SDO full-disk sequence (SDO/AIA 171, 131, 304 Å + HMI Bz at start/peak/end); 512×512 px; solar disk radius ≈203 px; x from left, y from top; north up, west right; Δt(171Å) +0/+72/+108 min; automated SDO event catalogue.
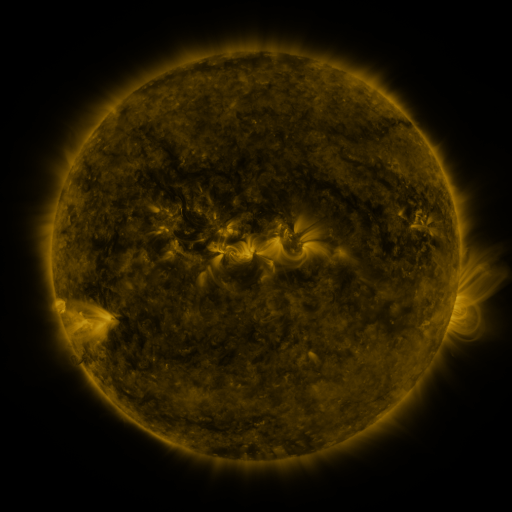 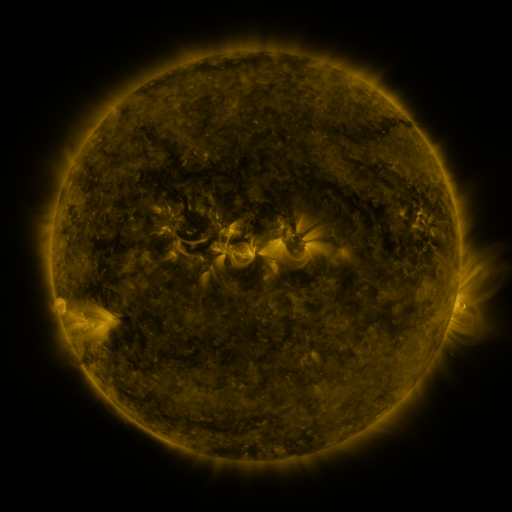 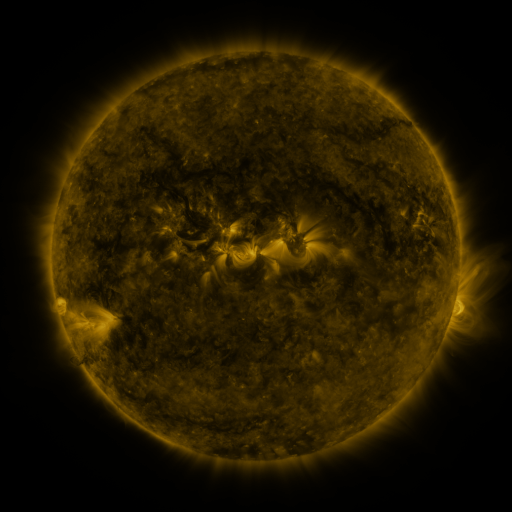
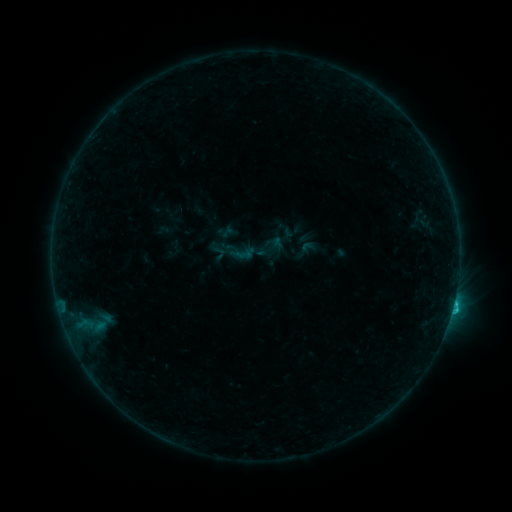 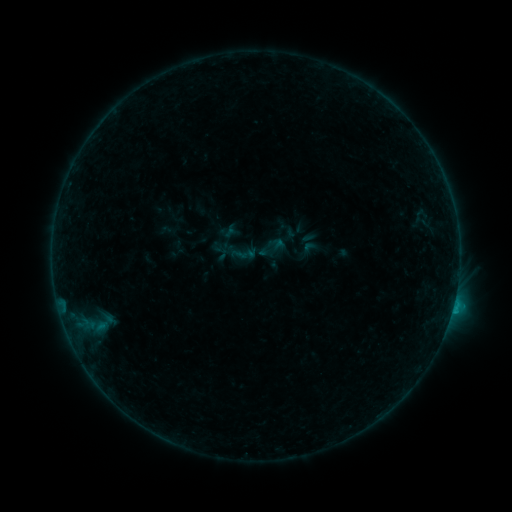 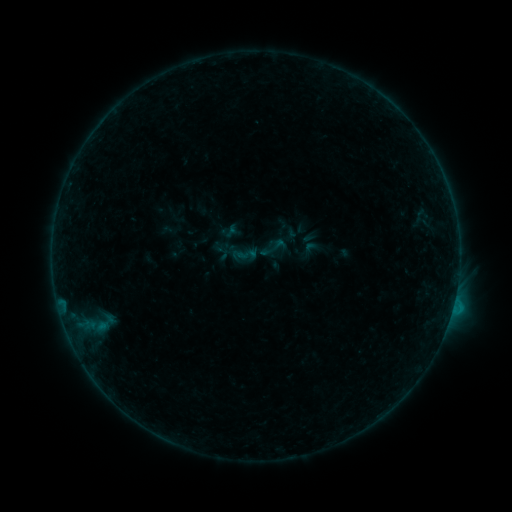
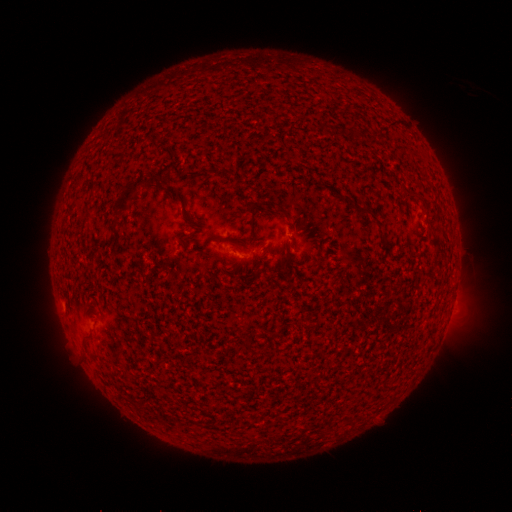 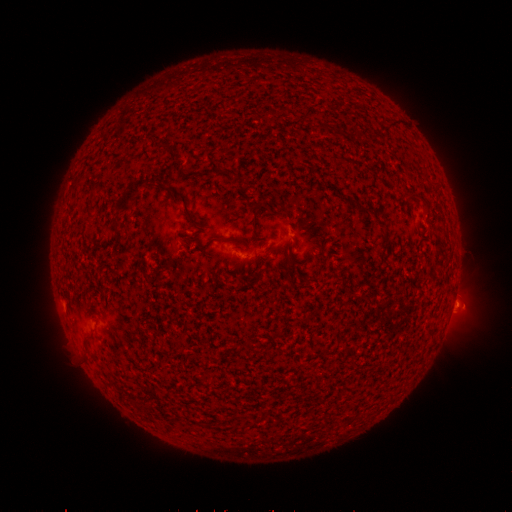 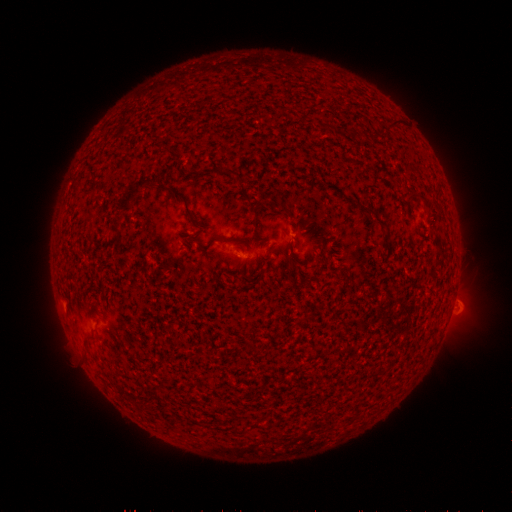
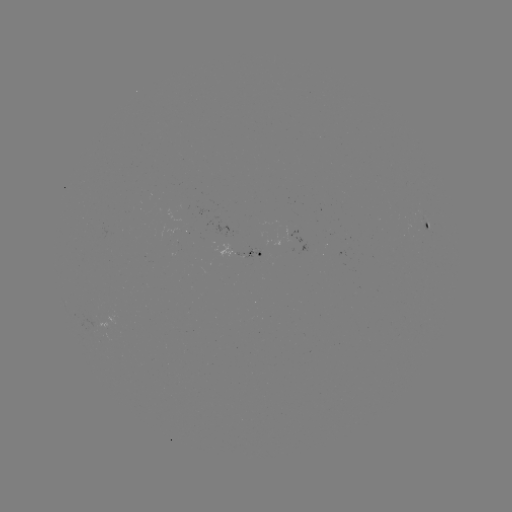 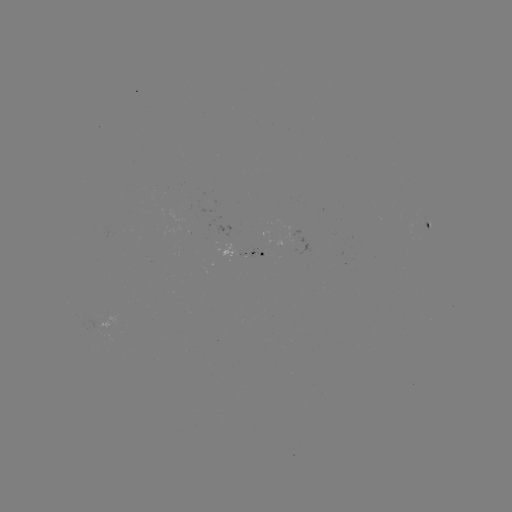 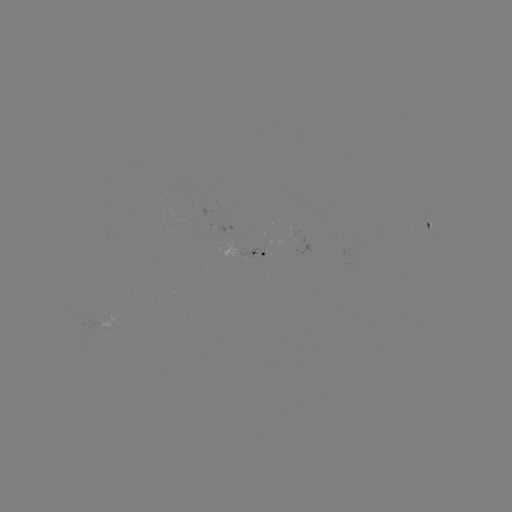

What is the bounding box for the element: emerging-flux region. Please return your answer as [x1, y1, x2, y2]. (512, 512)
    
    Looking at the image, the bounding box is [275, 225, 308, 255].